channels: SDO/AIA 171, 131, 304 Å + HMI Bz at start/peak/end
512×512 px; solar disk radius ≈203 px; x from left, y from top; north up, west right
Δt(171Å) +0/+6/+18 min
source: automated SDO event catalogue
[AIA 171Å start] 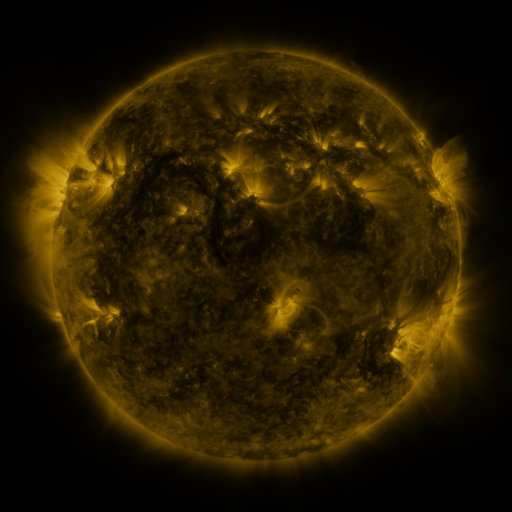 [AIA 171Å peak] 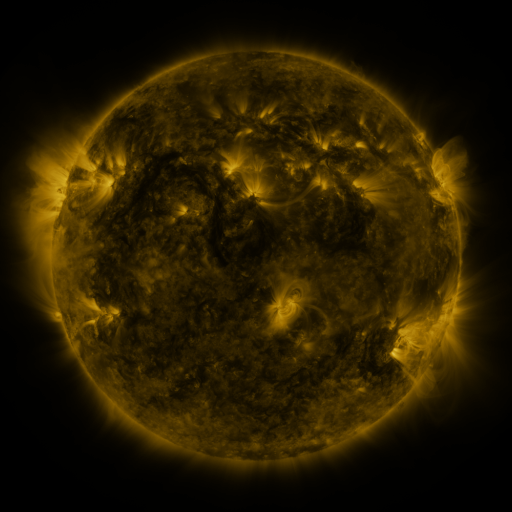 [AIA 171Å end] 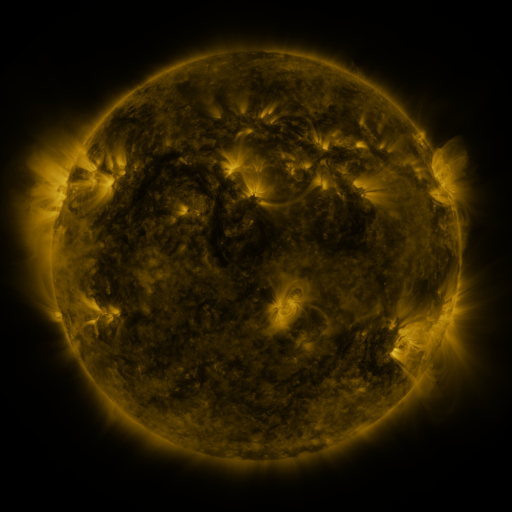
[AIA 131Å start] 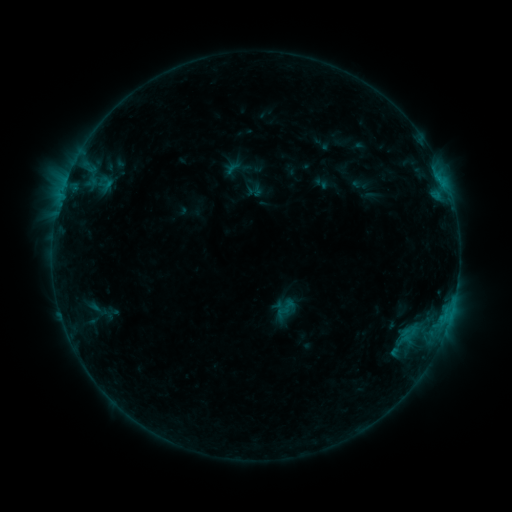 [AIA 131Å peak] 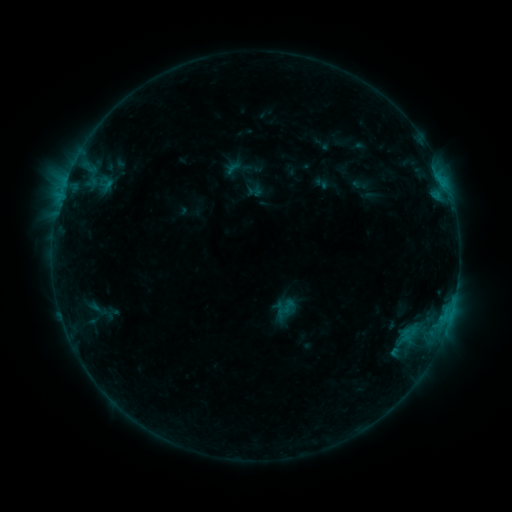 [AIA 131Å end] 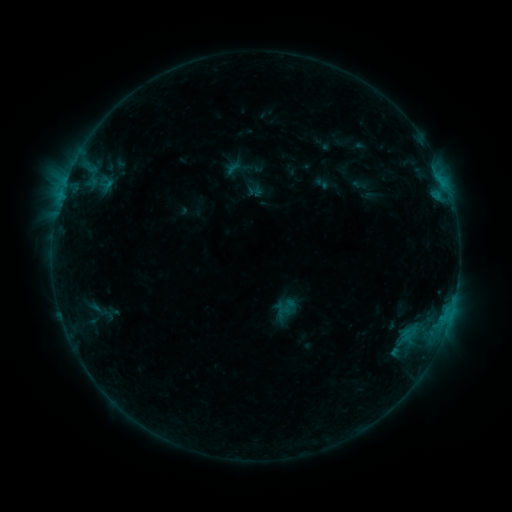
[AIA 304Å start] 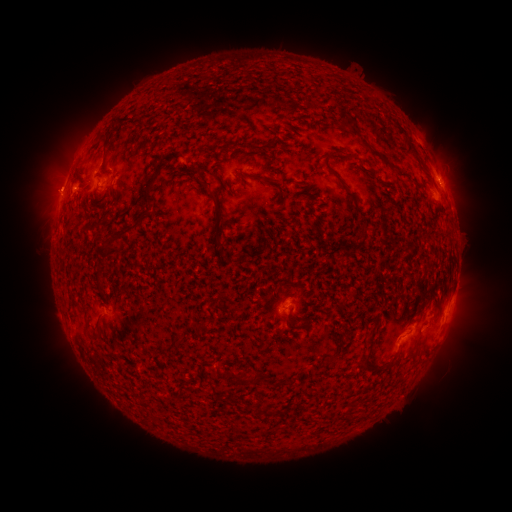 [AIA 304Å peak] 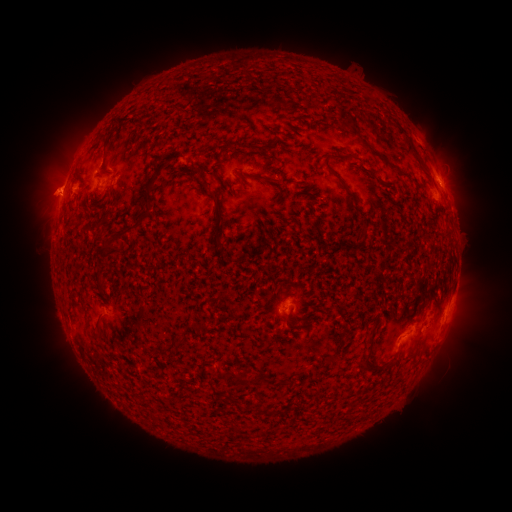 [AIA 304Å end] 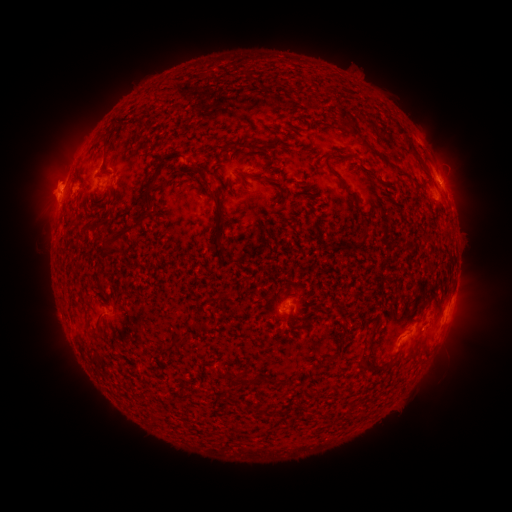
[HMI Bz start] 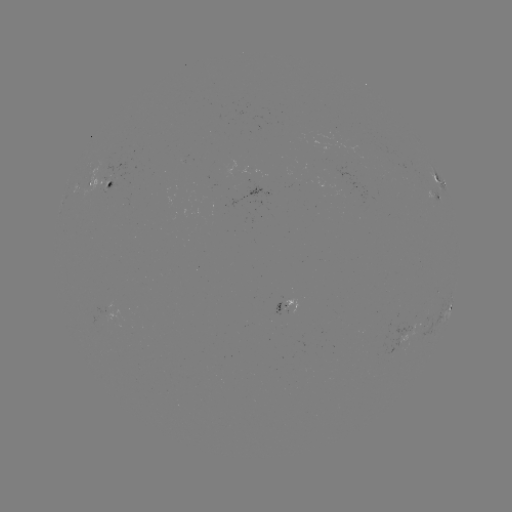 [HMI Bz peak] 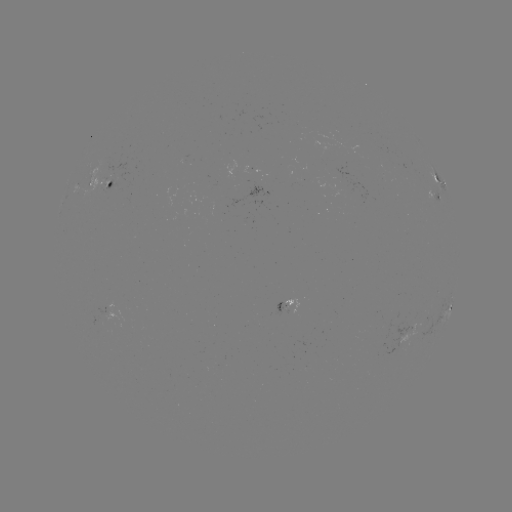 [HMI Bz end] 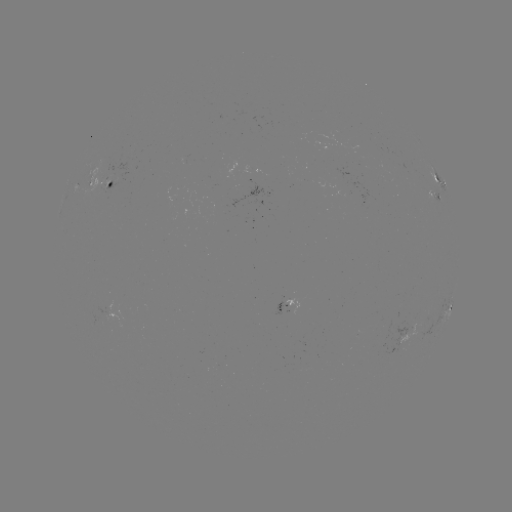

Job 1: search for eruption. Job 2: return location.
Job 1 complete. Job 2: [49, 186].